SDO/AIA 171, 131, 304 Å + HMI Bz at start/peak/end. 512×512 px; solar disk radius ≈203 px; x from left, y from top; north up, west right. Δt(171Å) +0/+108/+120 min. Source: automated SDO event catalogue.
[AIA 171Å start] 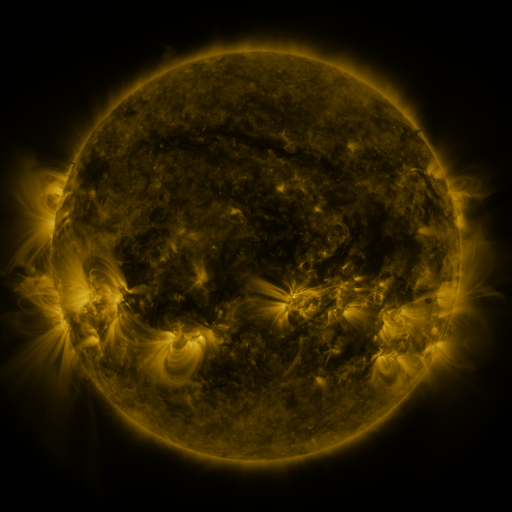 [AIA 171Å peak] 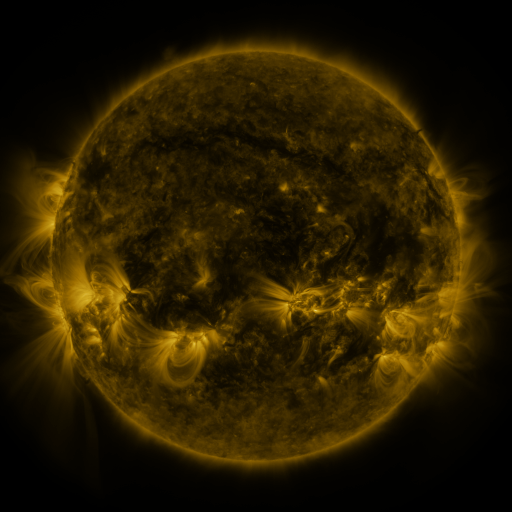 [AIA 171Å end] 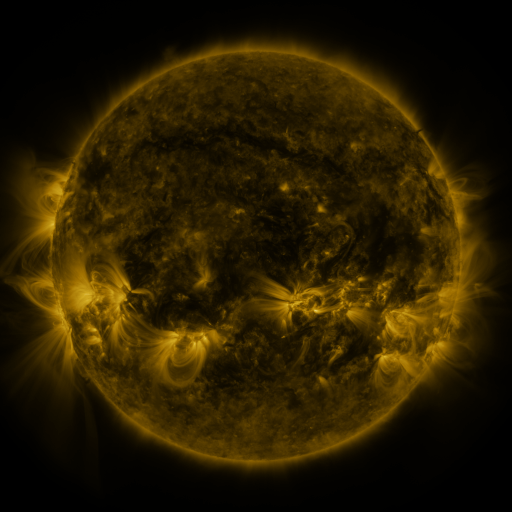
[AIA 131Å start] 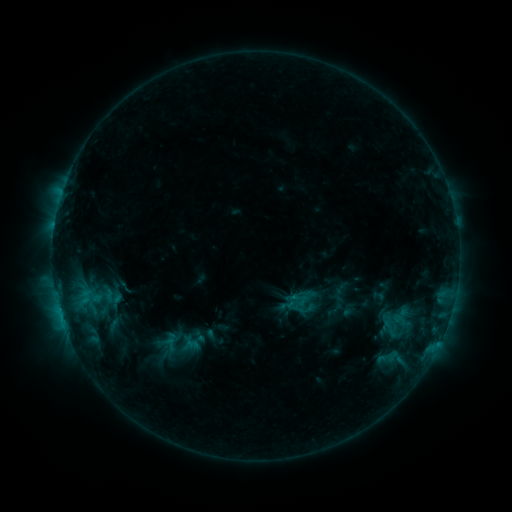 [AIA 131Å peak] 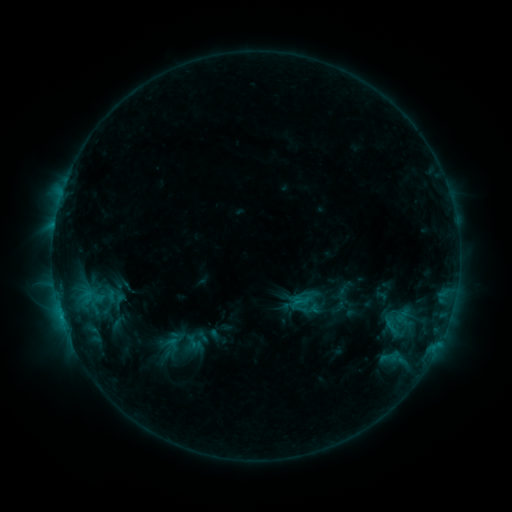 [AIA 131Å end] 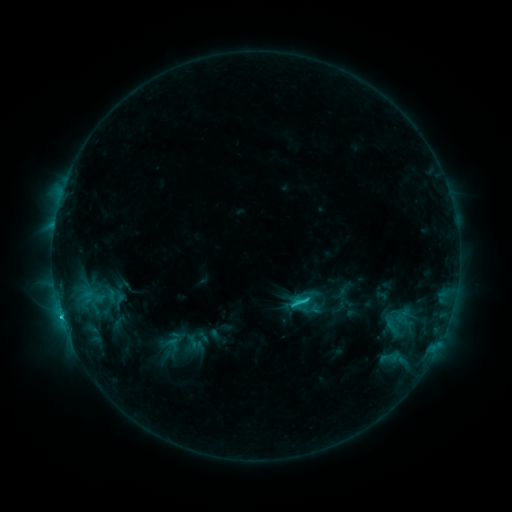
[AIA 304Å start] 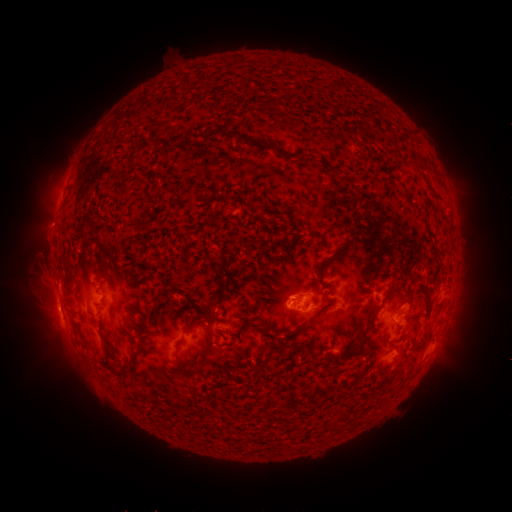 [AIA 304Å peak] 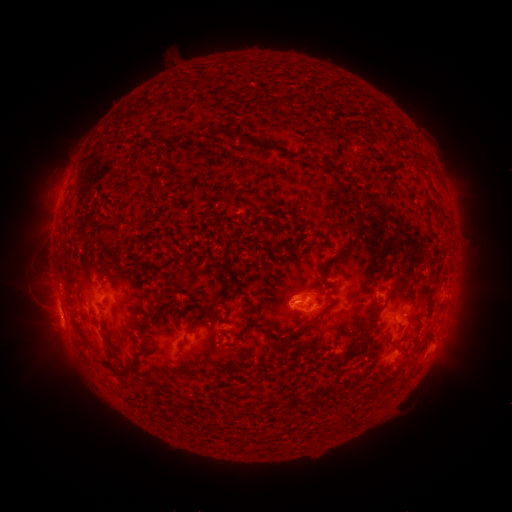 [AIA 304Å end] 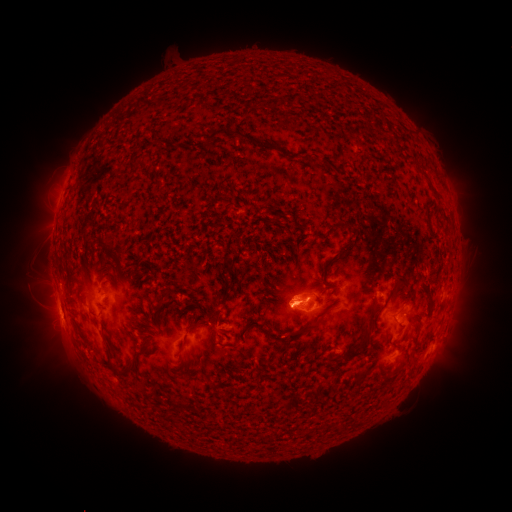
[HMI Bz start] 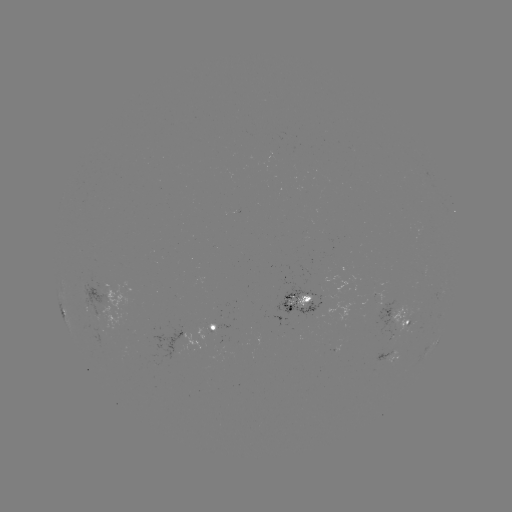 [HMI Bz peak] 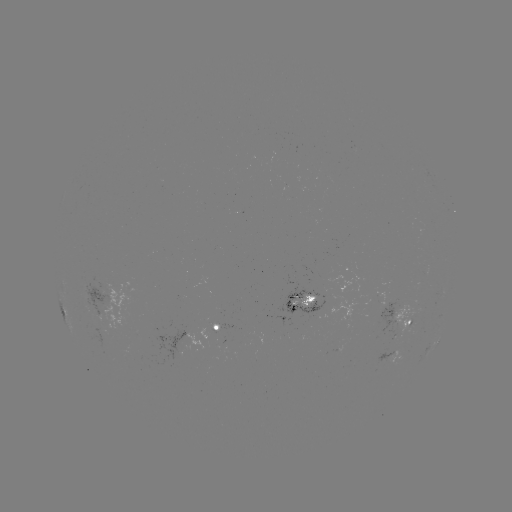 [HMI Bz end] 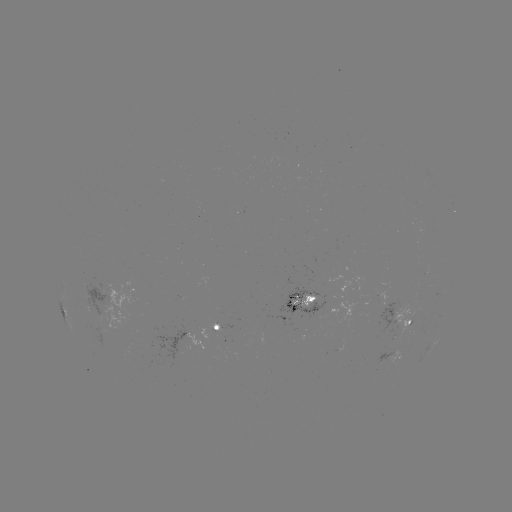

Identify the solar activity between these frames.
emerging-flux region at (100, 325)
